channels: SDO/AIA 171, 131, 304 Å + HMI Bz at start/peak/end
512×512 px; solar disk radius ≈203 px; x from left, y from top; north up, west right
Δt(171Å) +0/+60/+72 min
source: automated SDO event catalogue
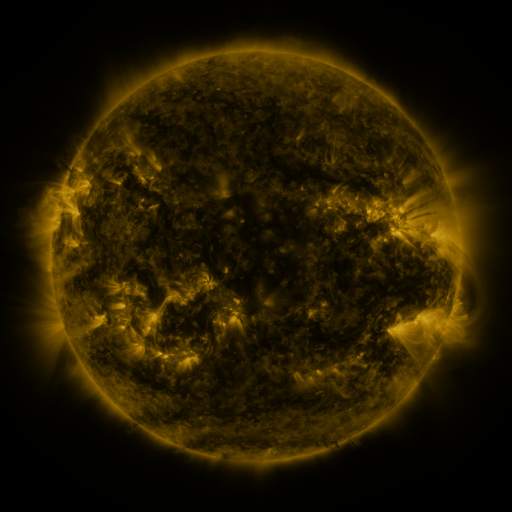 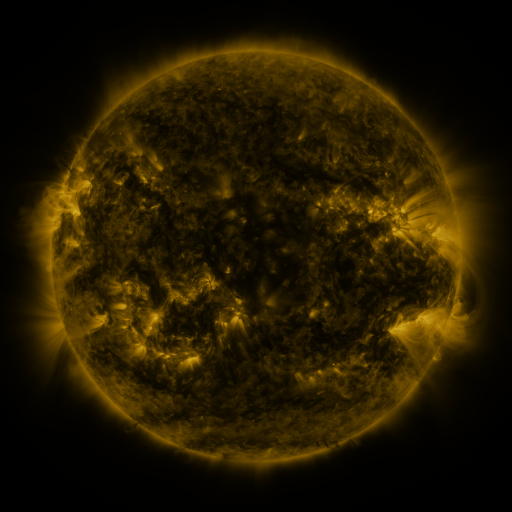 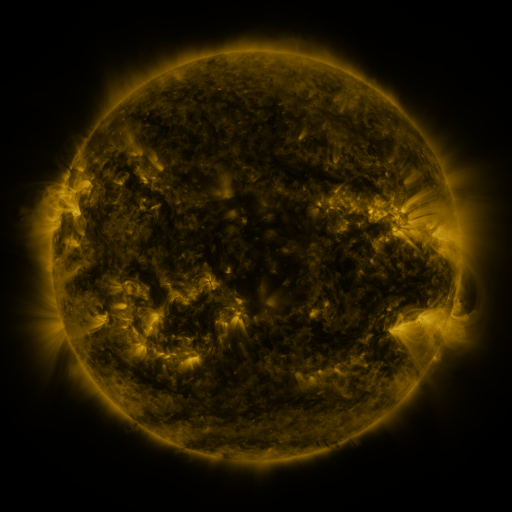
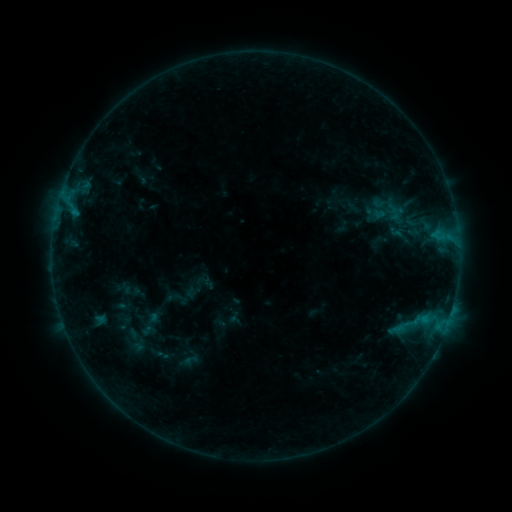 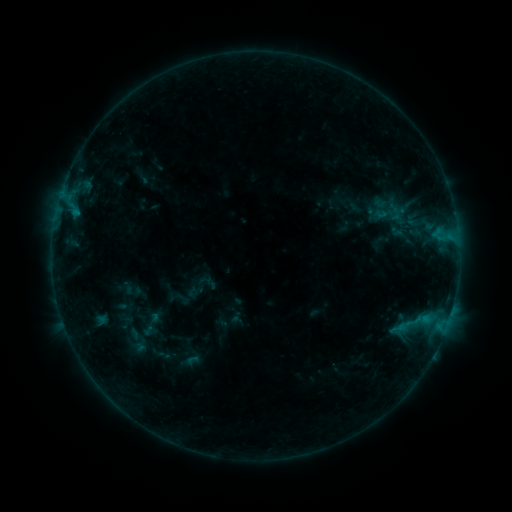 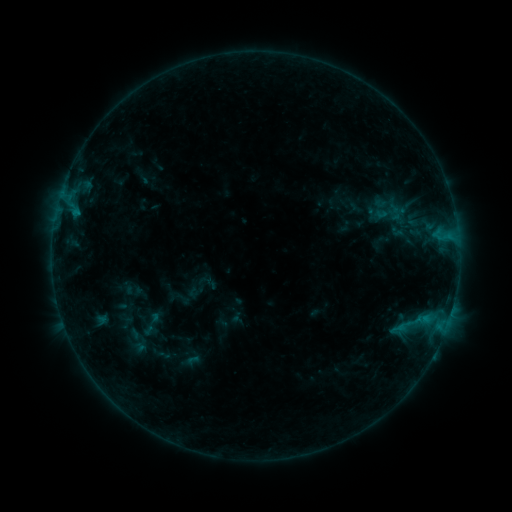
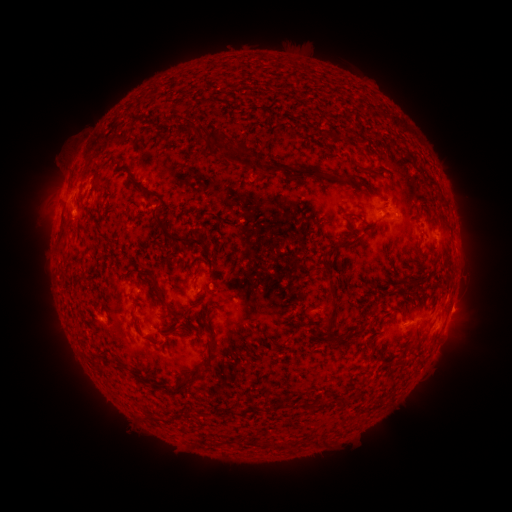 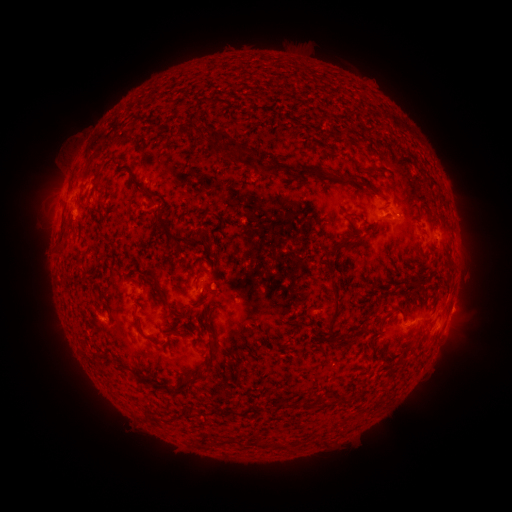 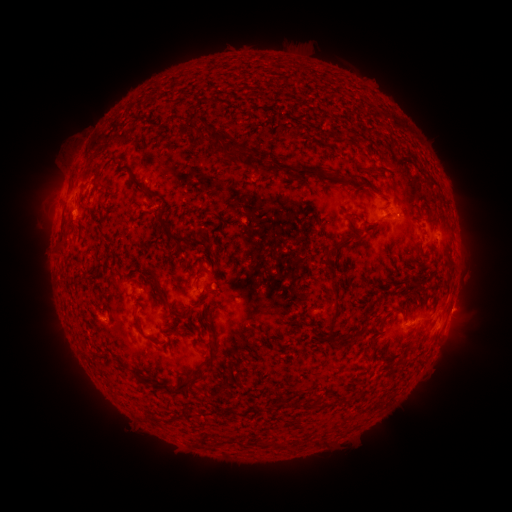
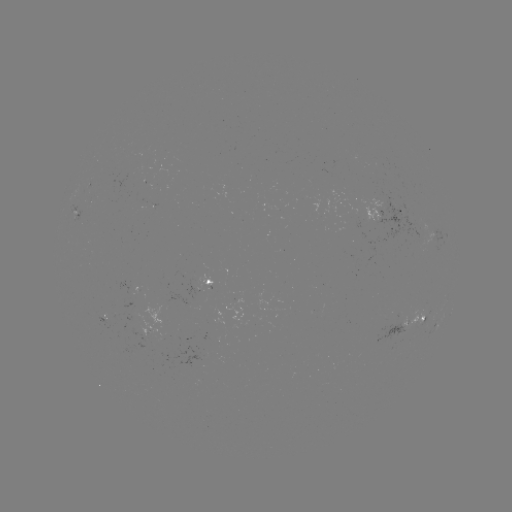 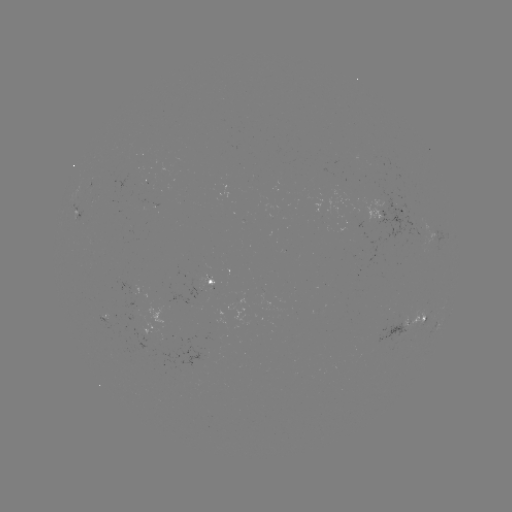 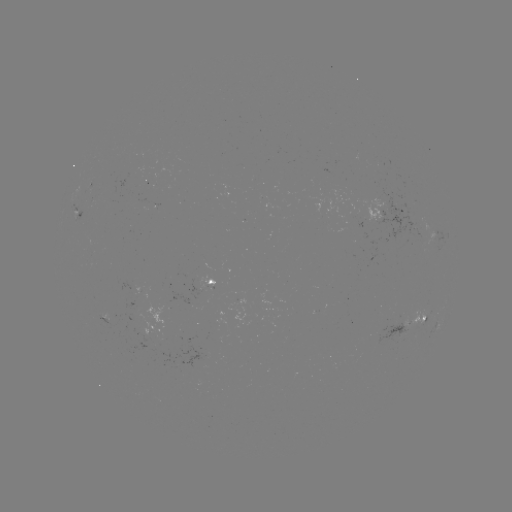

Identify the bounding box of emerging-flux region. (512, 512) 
[341, 196, 364, 227].